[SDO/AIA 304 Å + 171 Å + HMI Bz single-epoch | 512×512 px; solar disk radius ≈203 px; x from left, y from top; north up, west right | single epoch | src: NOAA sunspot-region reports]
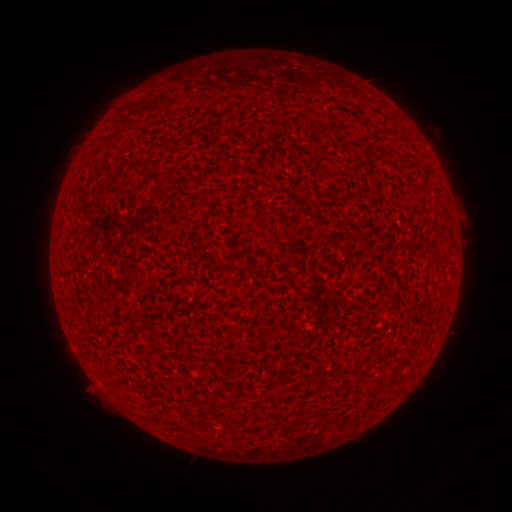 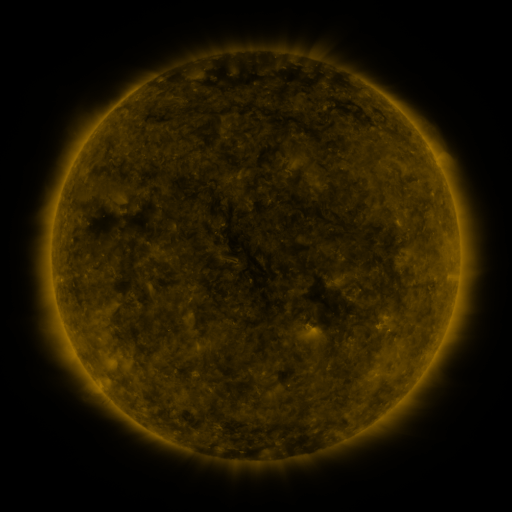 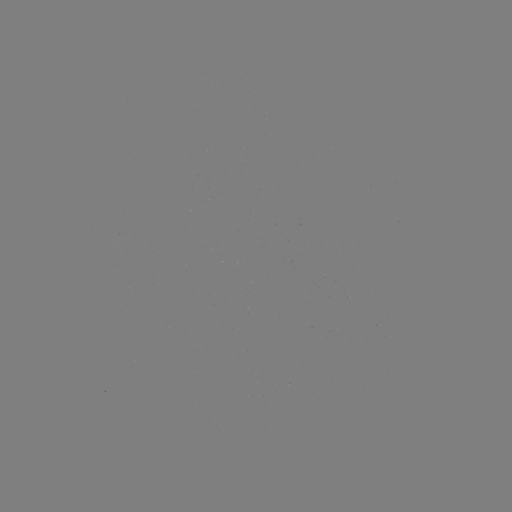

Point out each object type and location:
(none)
